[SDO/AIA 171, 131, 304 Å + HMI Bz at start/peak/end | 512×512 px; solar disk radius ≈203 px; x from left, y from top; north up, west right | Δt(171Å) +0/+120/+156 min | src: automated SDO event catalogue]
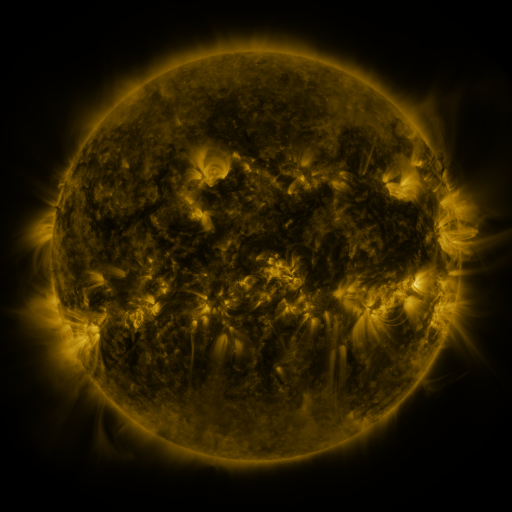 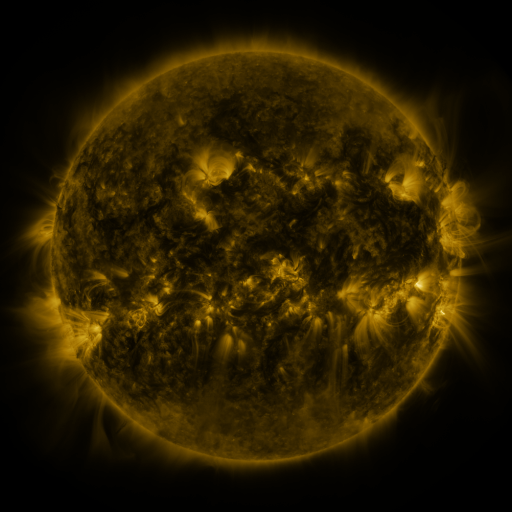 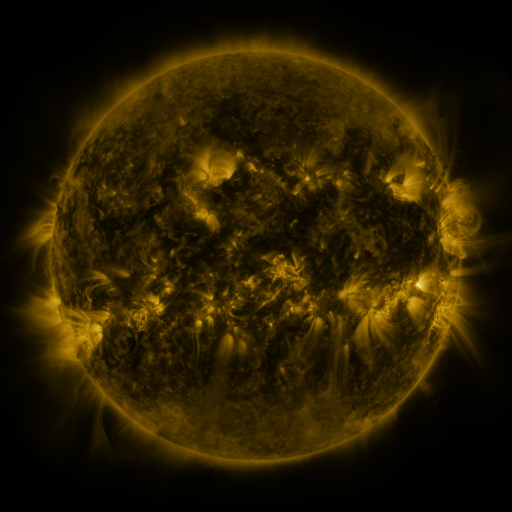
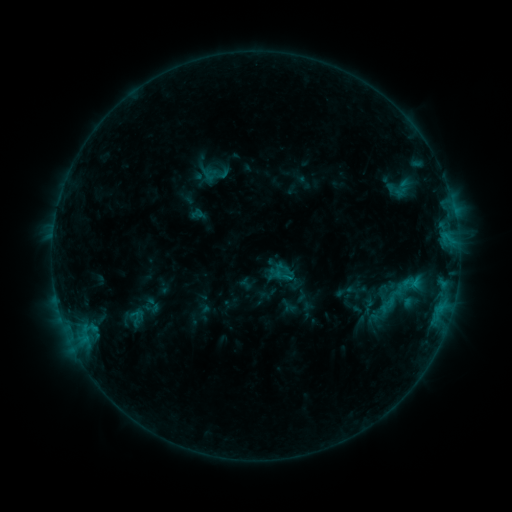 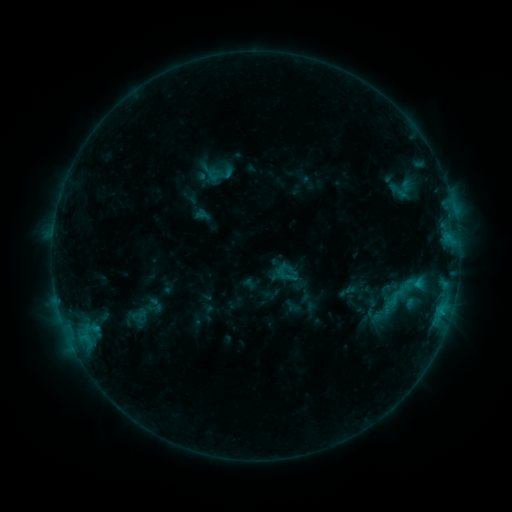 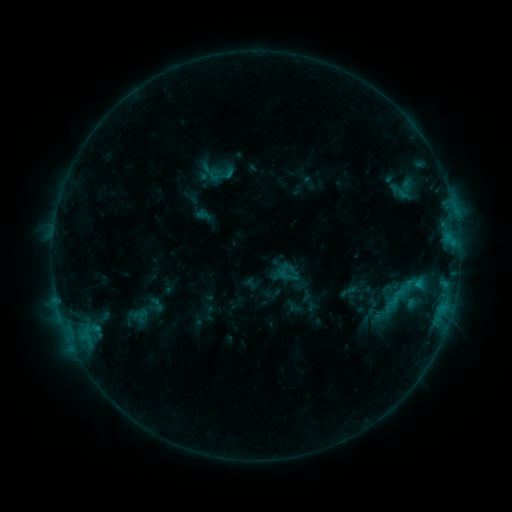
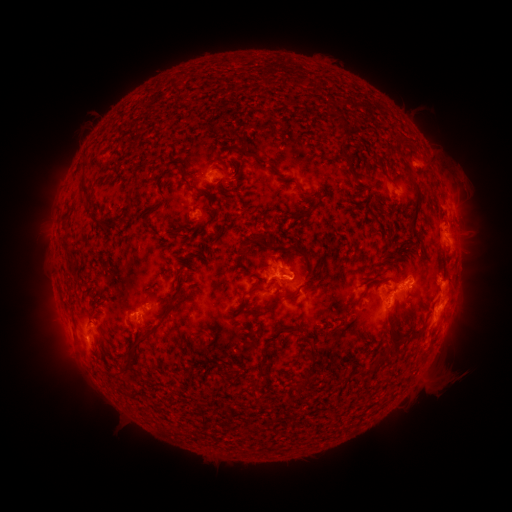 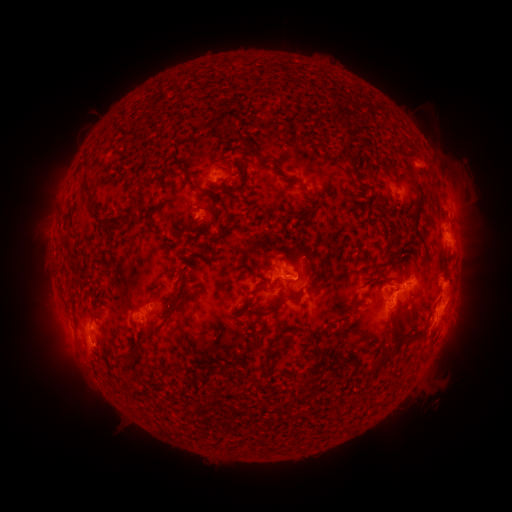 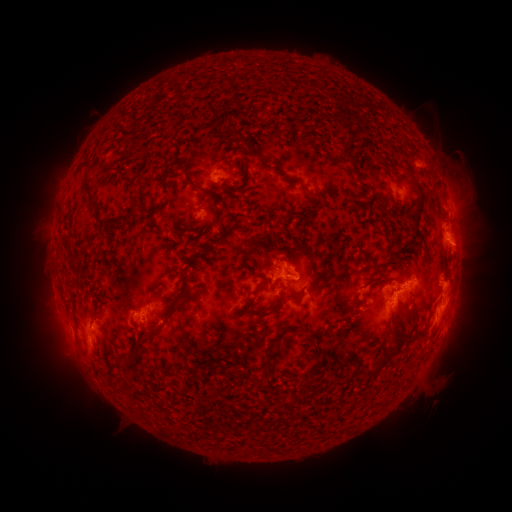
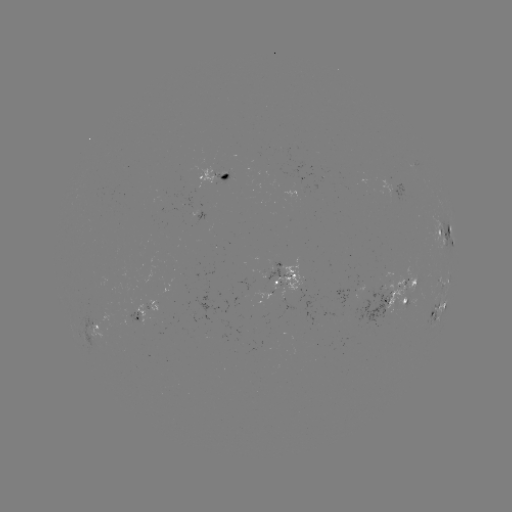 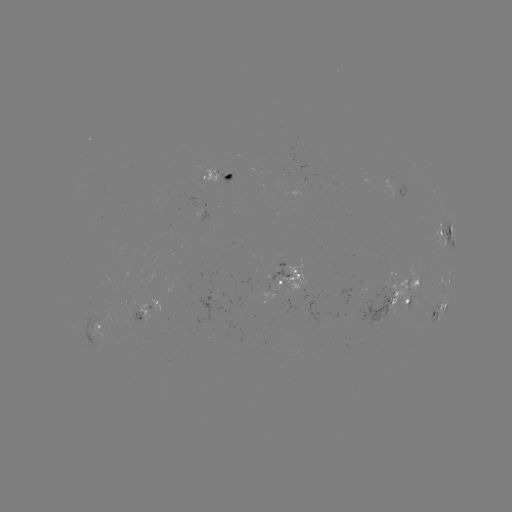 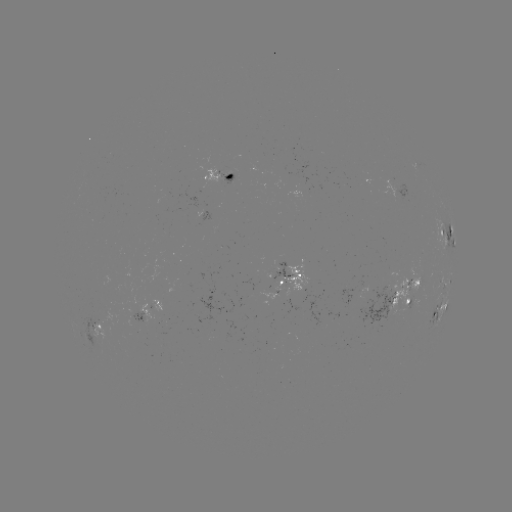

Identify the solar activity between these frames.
emerging-flux region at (399, 286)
